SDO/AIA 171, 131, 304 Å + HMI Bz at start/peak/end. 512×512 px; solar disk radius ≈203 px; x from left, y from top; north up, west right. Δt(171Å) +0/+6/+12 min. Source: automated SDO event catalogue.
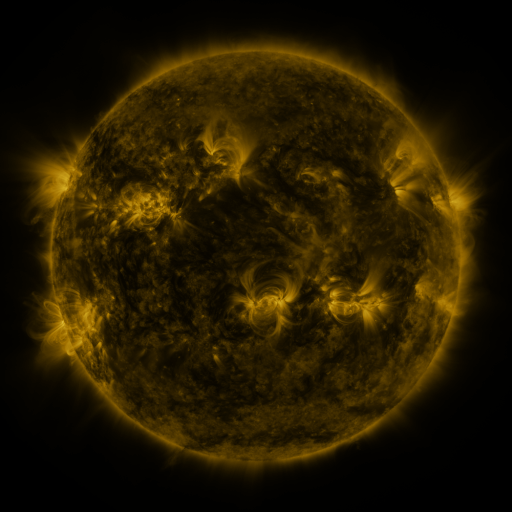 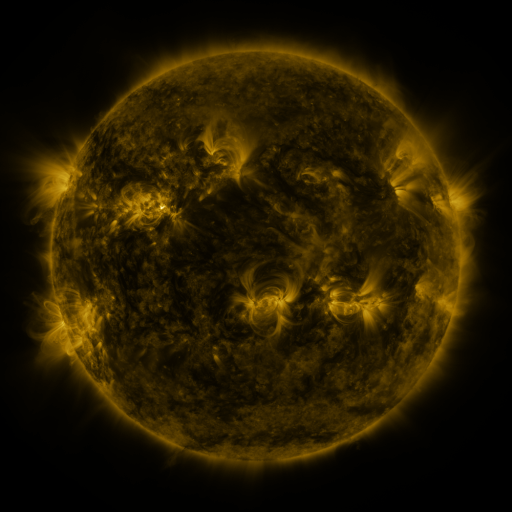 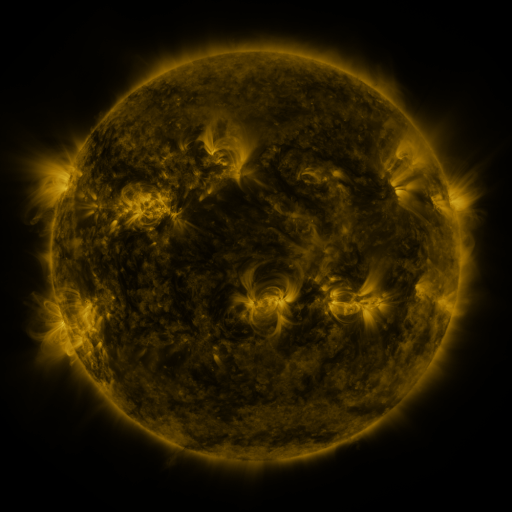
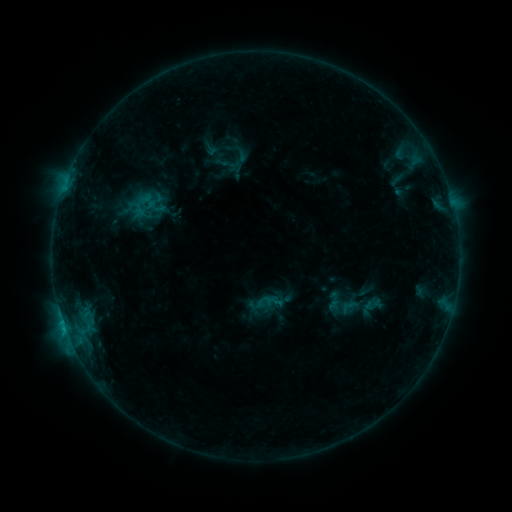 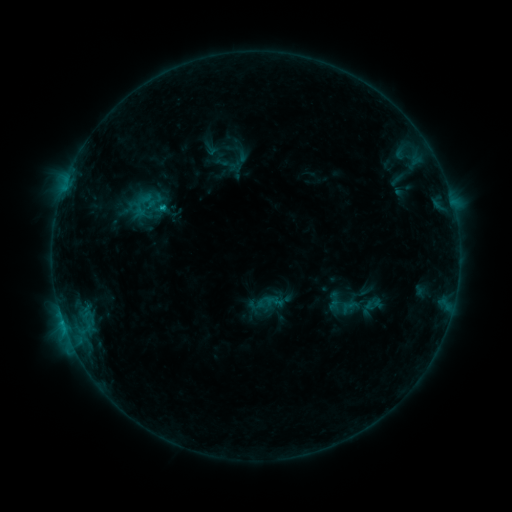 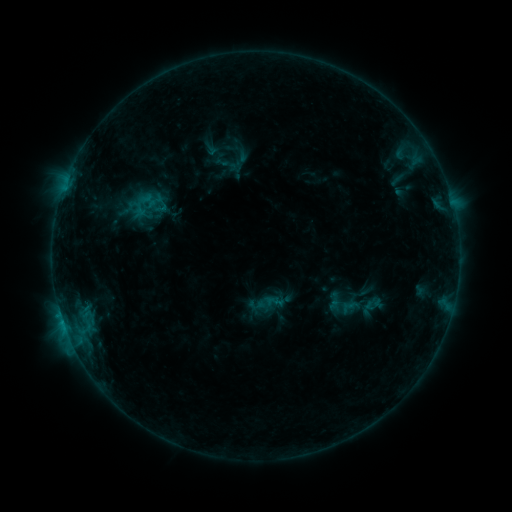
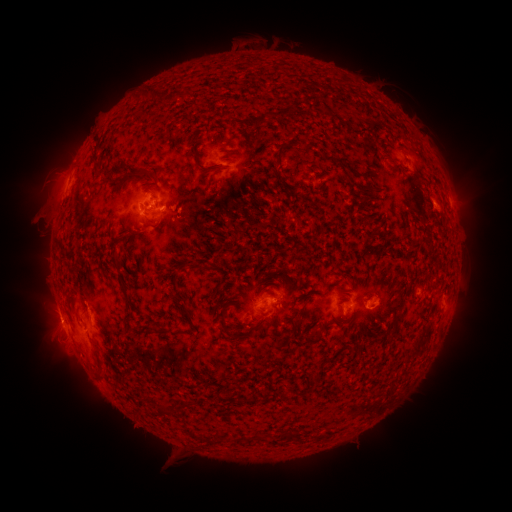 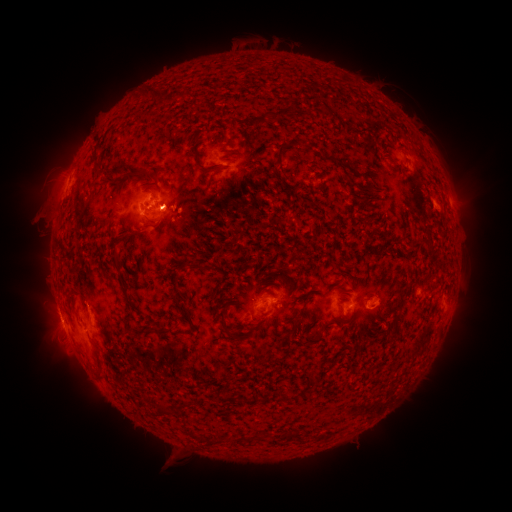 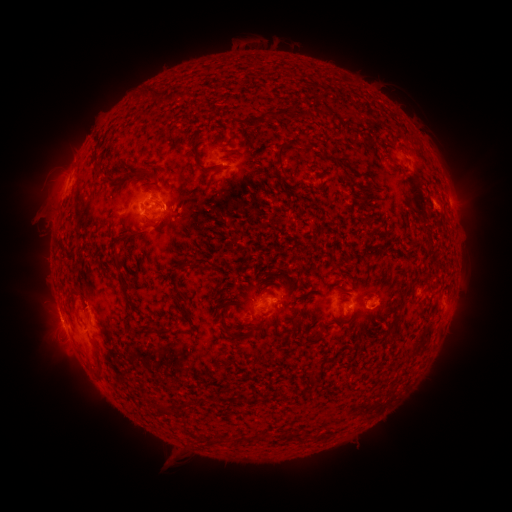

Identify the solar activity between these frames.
C1.8 flare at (164, 210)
